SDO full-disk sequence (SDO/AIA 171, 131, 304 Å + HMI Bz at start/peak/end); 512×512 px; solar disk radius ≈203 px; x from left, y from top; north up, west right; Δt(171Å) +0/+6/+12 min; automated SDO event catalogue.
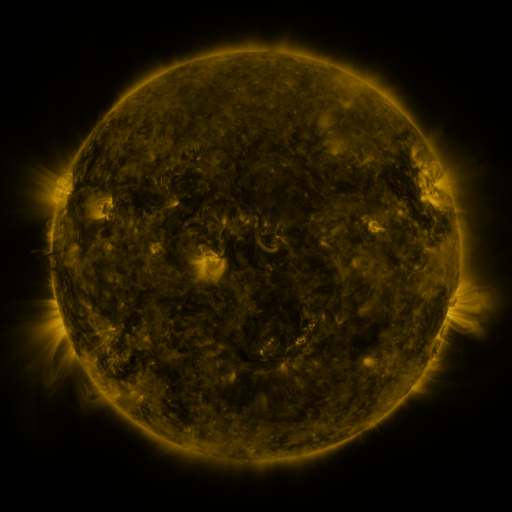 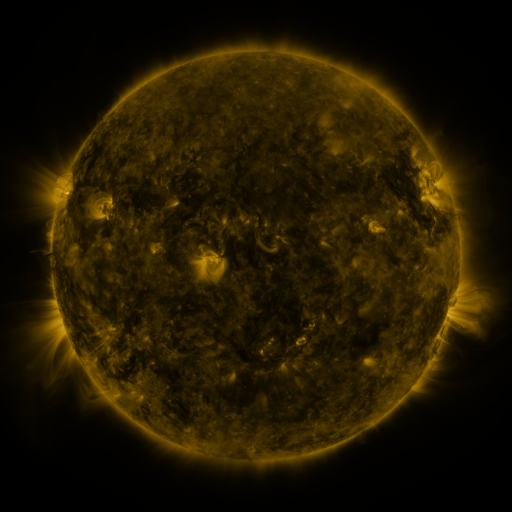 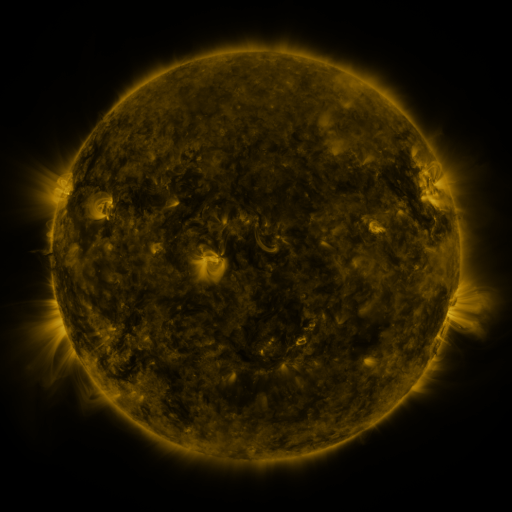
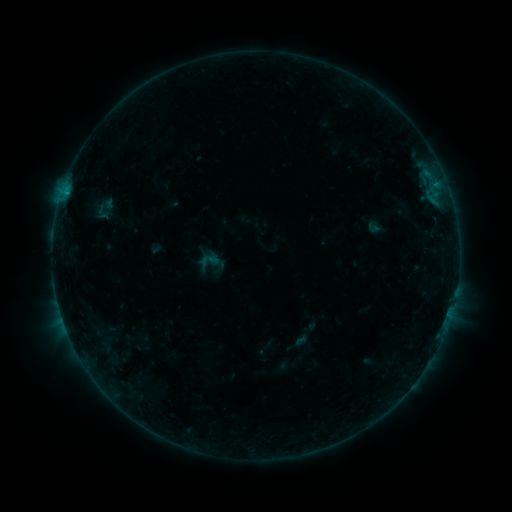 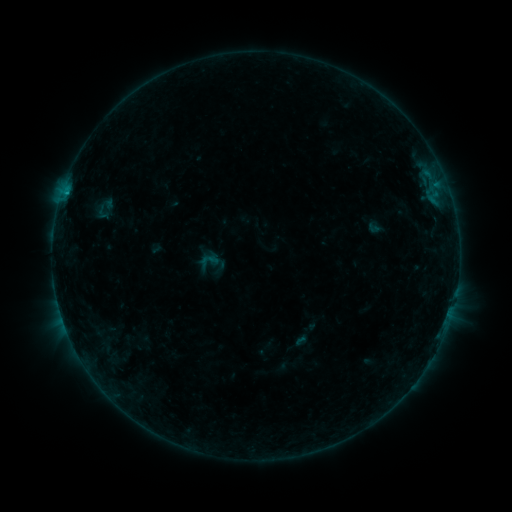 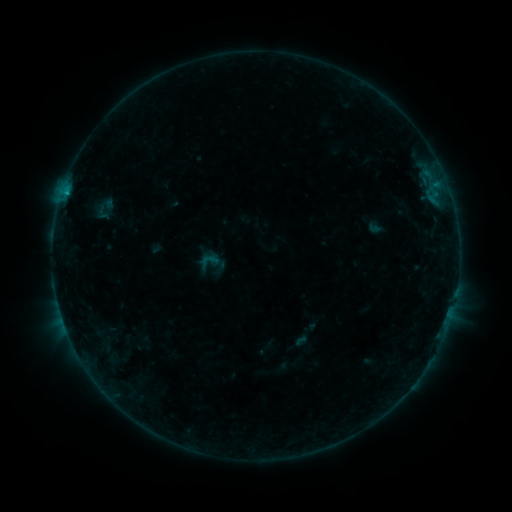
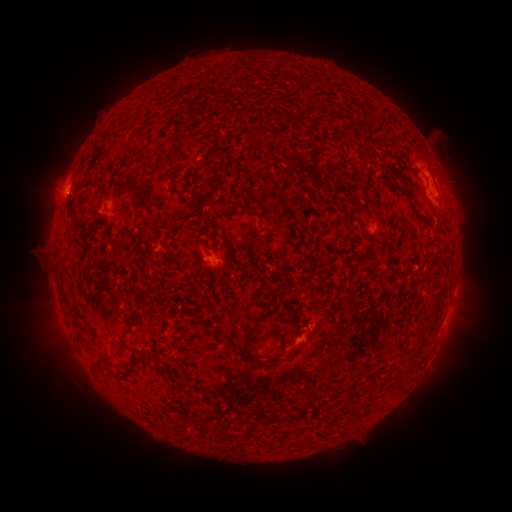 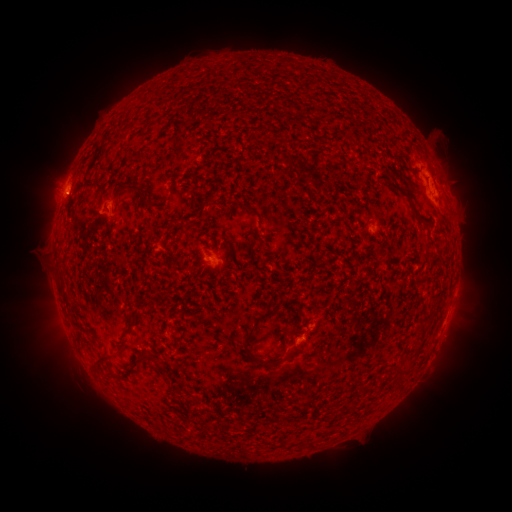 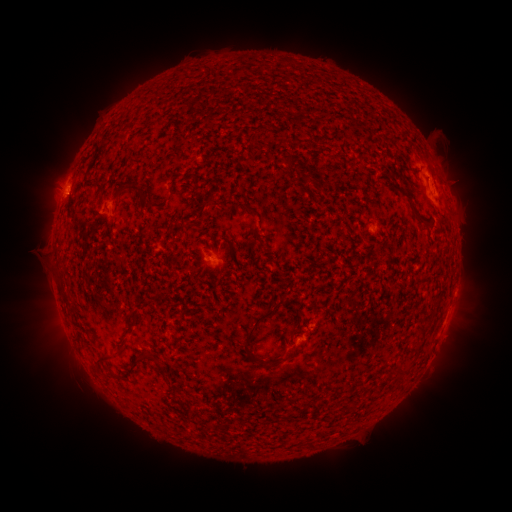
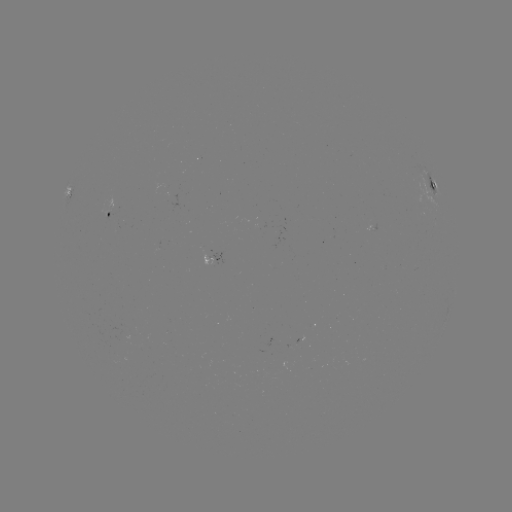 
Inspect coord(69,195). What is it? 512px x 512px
B6.6 flare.